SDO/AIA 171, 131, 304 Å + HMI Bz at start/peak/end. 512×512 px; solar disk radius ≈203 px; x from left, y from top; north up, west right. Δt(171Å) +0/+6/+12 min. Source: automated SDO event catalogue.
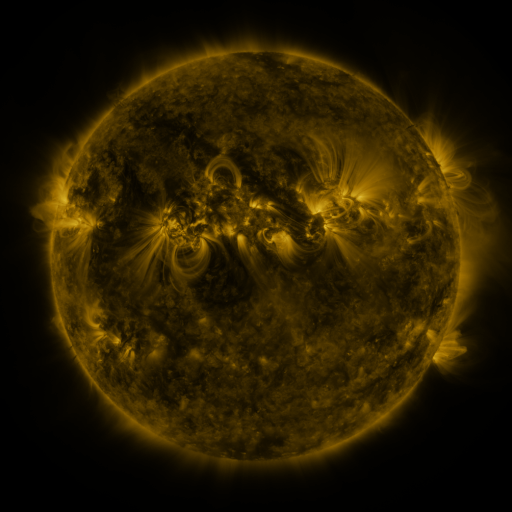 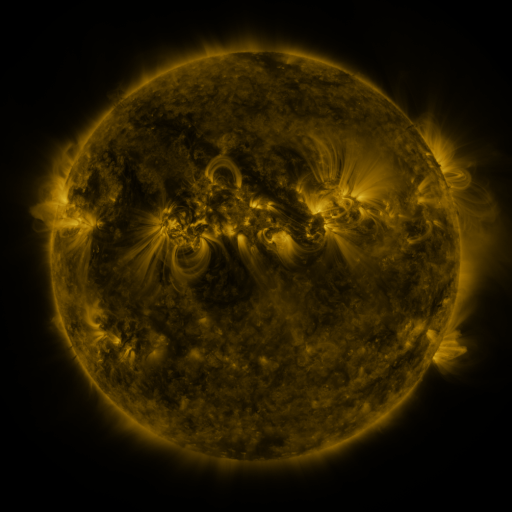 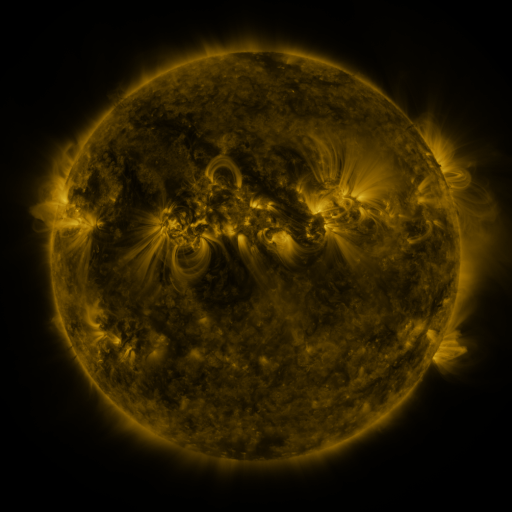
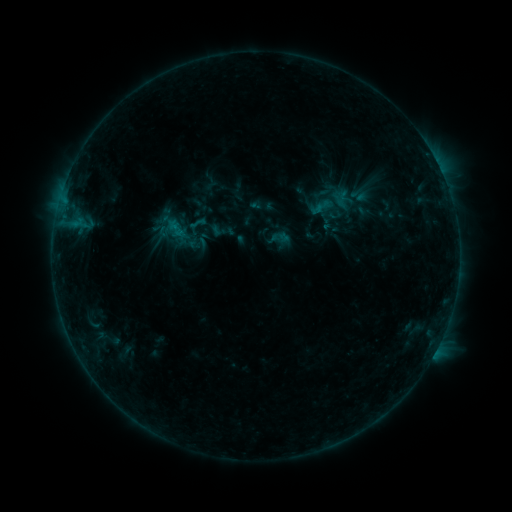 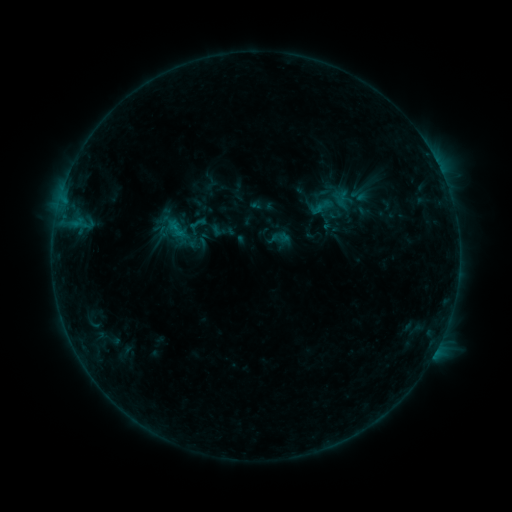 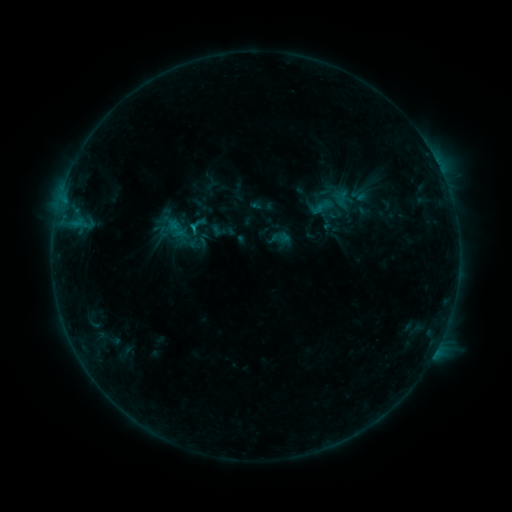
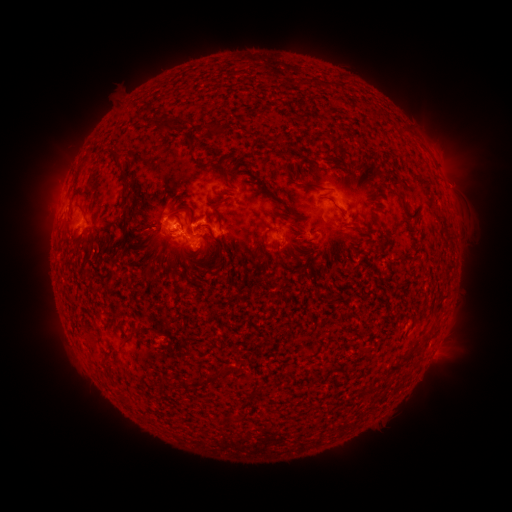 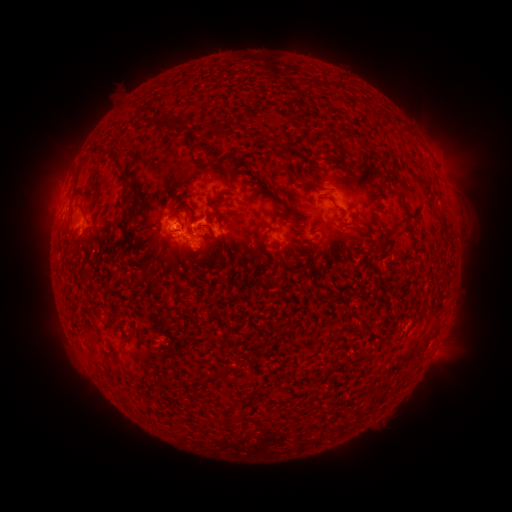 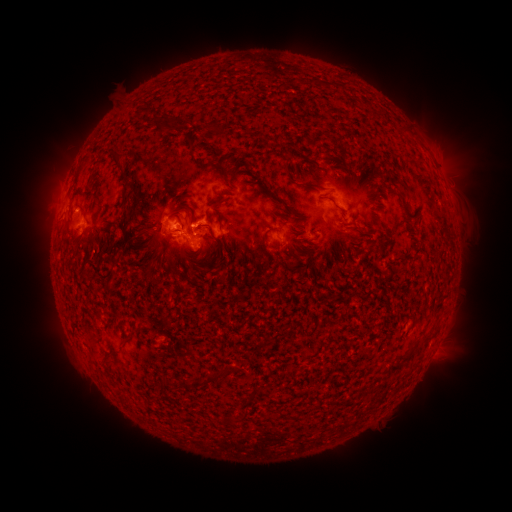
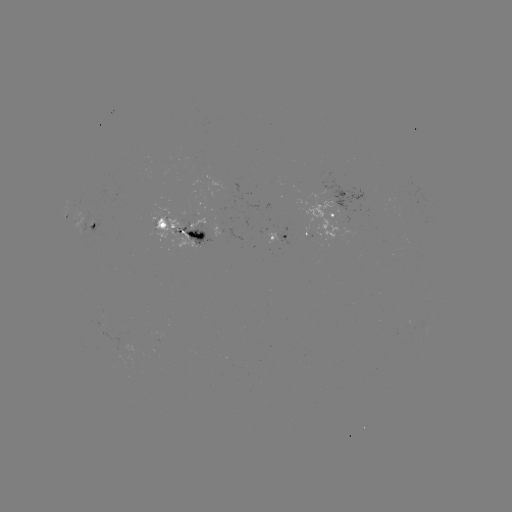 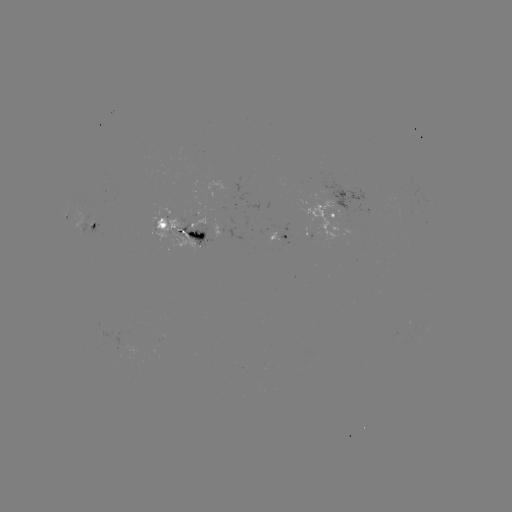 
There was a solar flare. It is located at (178, 232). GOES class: C1.1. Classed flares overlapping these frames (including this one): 1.